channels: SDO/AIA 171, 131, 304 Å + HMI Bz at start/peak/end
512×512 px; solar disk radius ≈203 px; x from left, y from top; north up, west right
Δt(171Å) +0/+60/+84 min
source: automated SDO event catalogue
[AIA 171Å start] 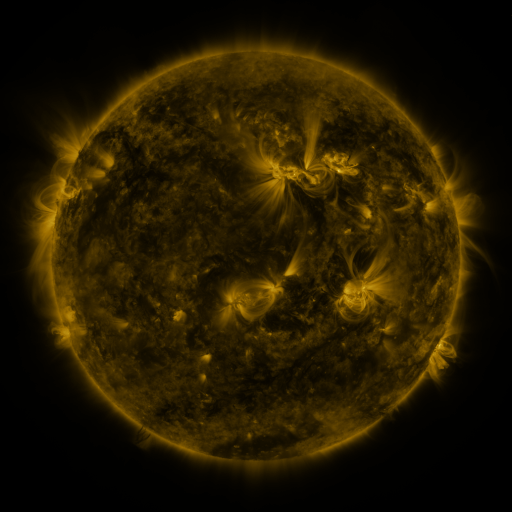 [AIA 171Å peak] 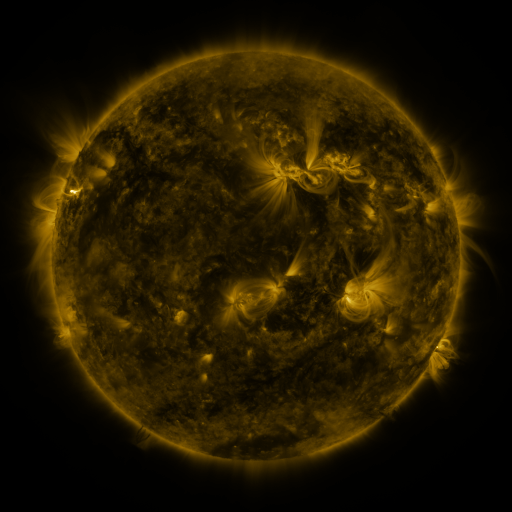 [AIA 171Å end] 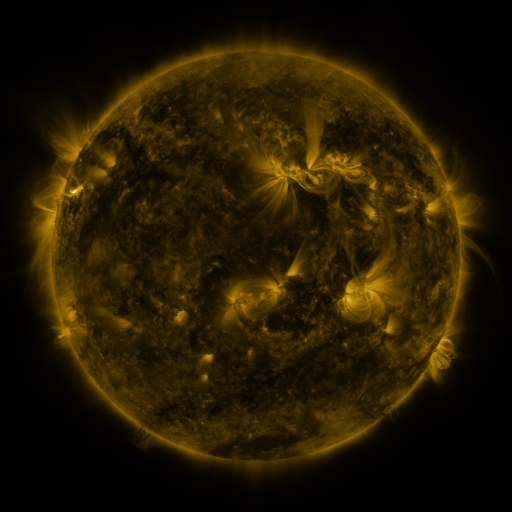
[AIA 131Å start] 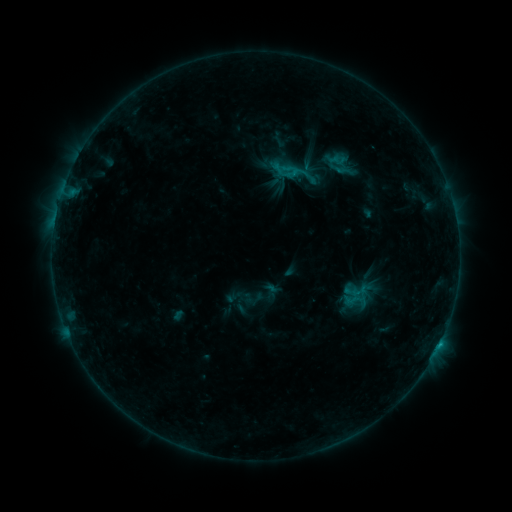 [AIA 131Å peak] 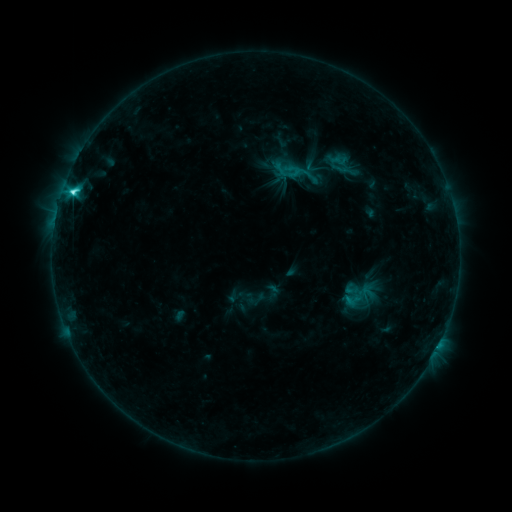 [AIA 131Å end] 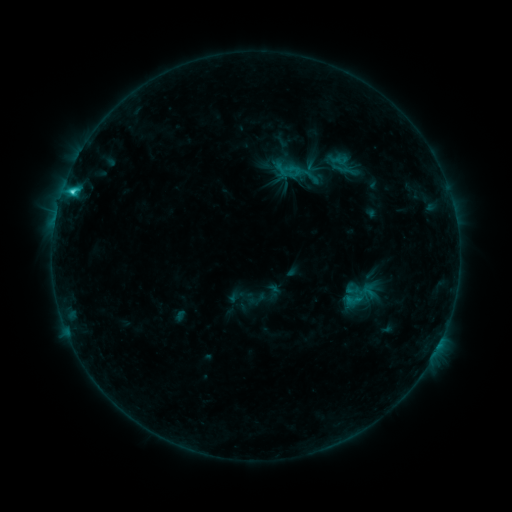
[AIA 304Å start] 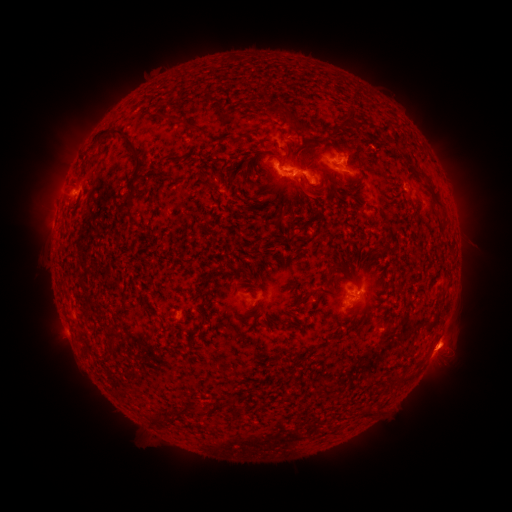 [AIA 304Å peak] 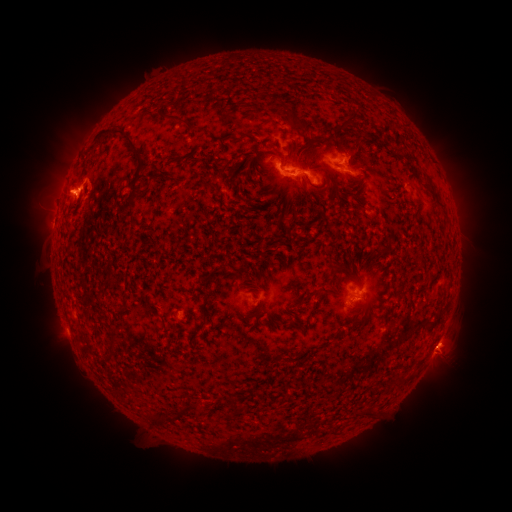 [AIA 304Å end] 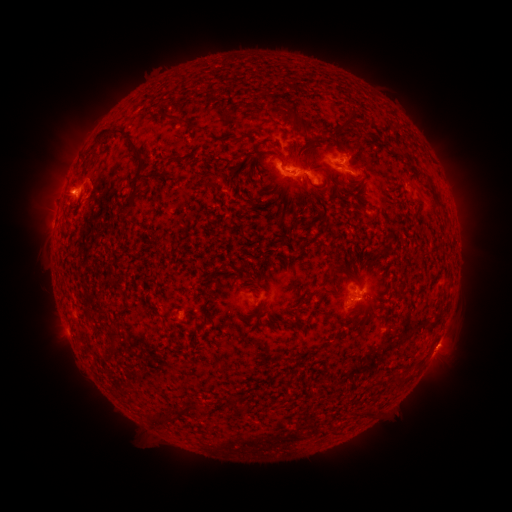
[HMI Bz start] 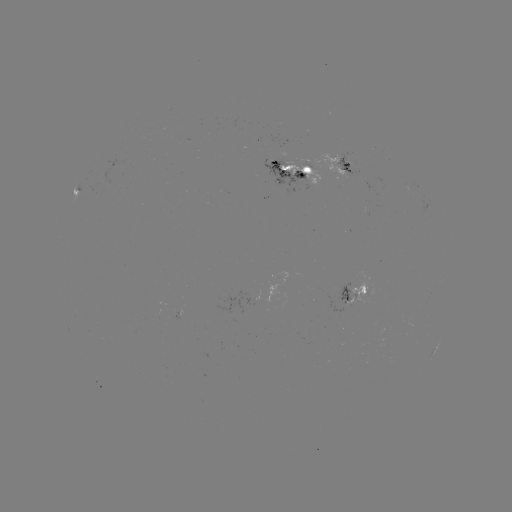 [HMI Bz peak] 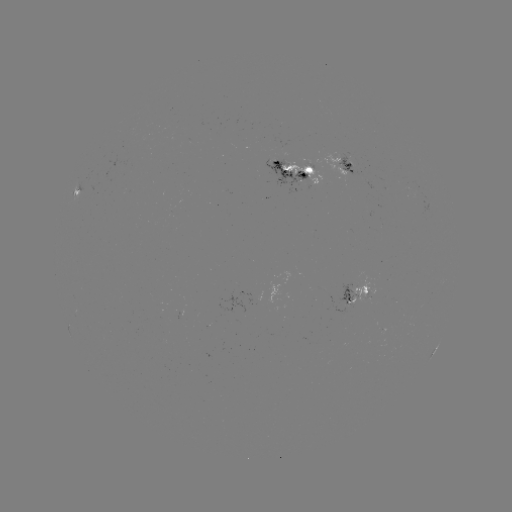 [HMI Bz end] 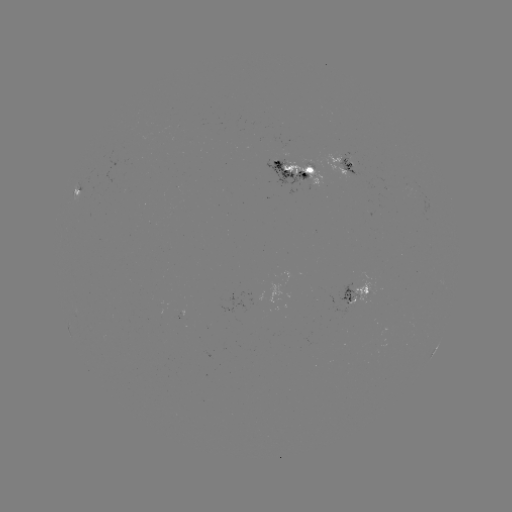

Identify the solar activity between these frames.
C3.8 flare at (73, 194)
